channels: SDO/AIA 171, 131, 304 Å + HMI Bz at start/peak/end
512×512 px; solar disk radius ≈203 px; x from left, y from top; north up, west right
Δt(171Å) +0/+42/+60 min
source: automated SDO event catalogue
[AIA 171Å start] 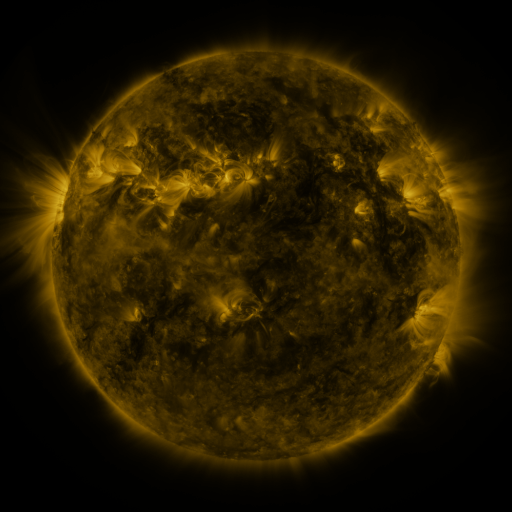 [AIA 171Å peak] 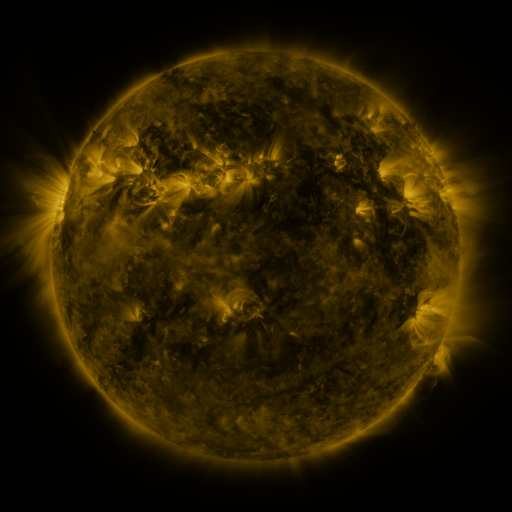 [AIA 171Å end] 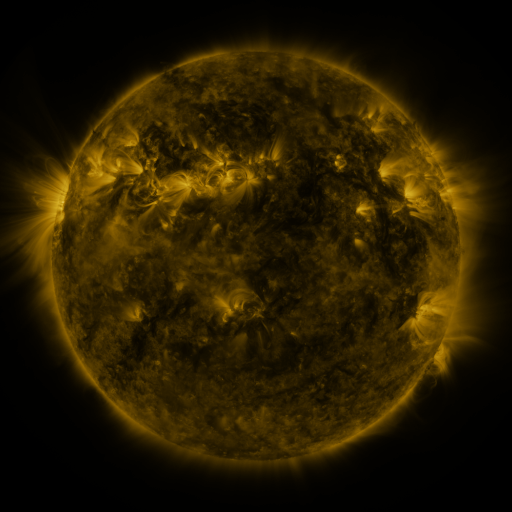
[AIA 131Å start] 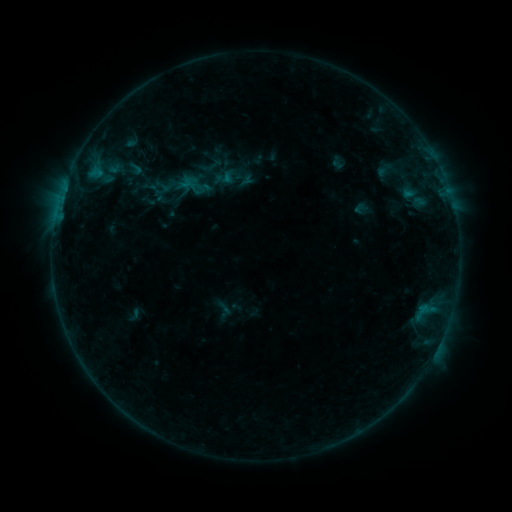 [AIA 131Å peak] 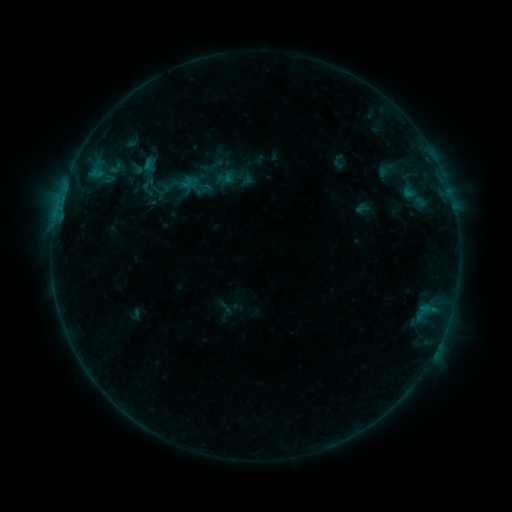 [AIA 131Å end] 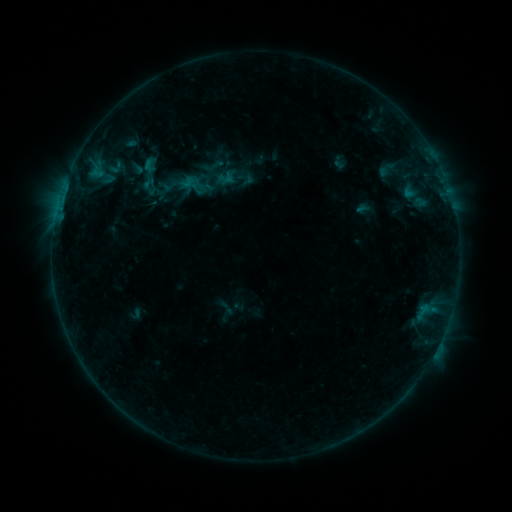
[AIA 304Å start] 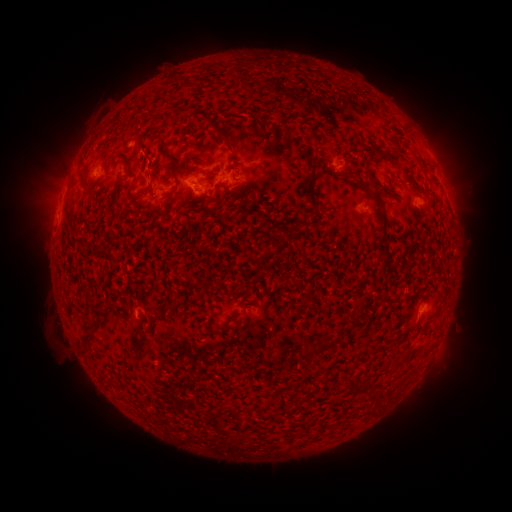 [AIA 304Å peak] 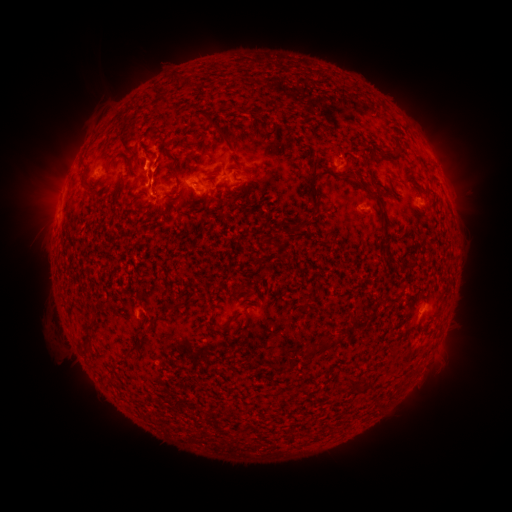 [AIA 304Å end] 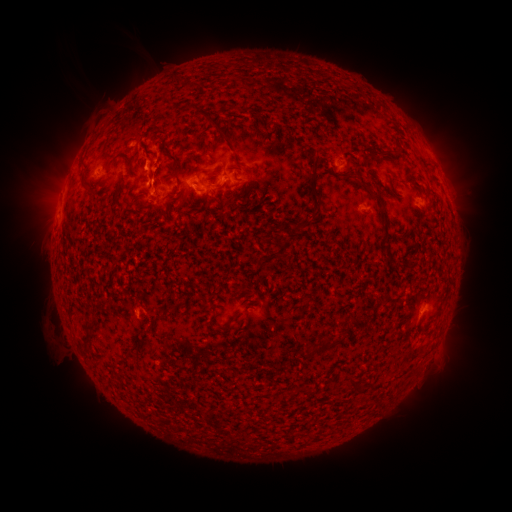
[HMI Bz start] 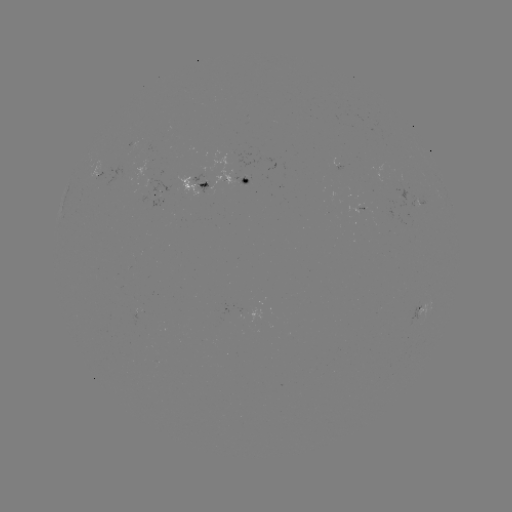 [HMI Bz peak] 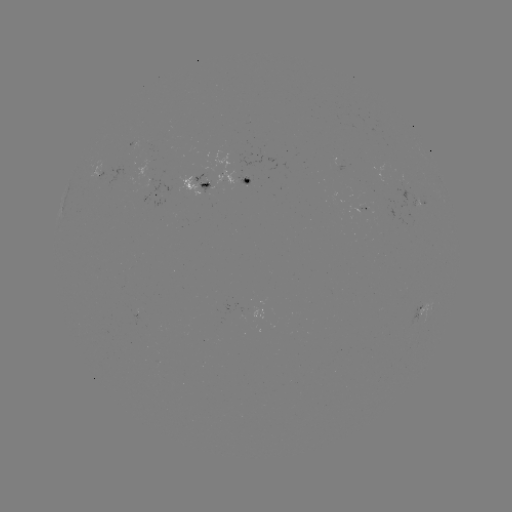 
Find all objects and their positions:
B6.8 flare: (147, 169)
